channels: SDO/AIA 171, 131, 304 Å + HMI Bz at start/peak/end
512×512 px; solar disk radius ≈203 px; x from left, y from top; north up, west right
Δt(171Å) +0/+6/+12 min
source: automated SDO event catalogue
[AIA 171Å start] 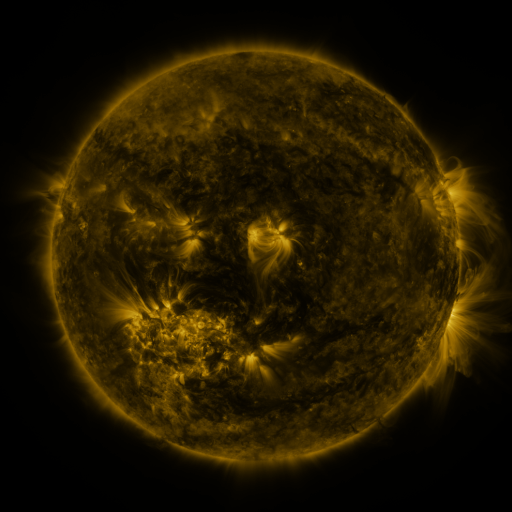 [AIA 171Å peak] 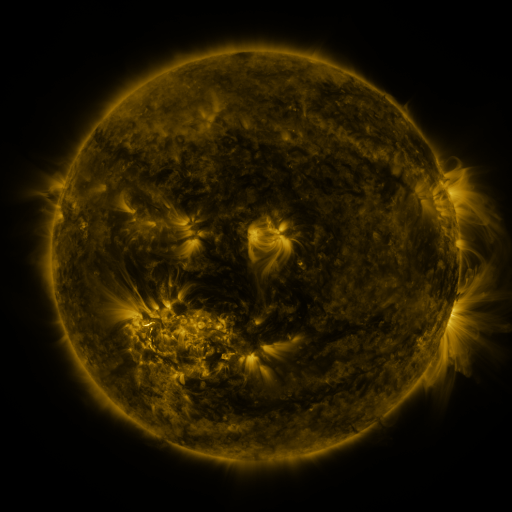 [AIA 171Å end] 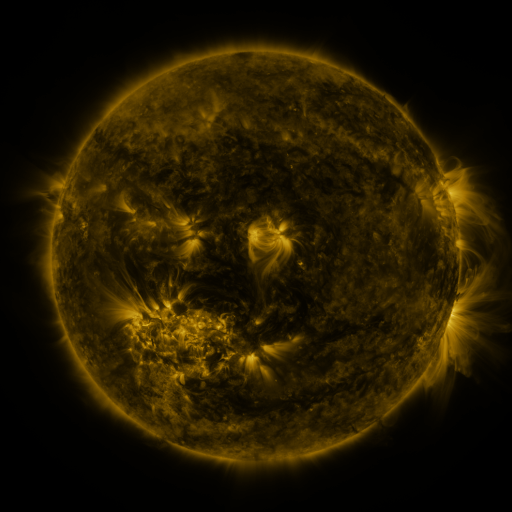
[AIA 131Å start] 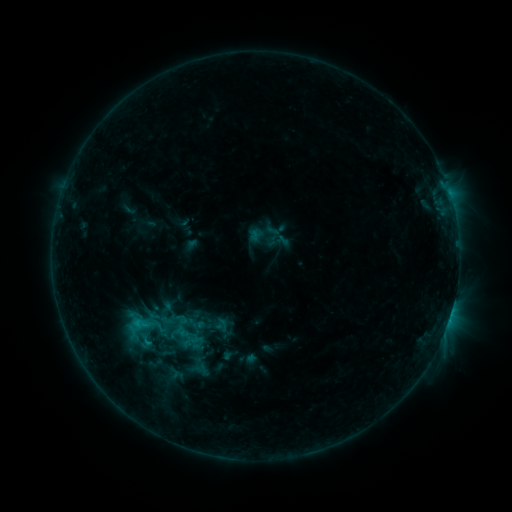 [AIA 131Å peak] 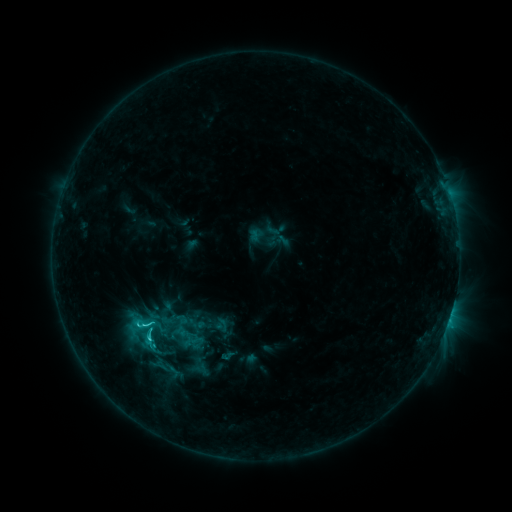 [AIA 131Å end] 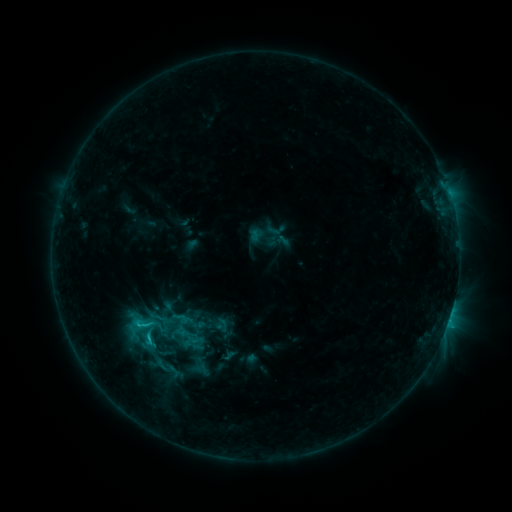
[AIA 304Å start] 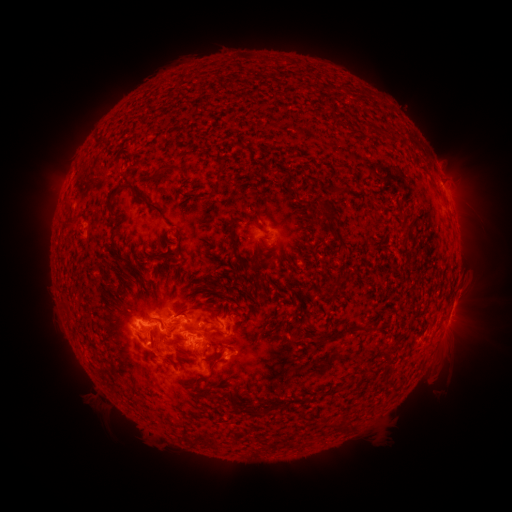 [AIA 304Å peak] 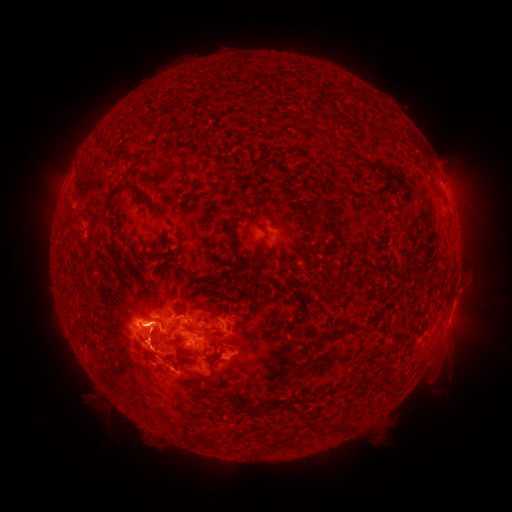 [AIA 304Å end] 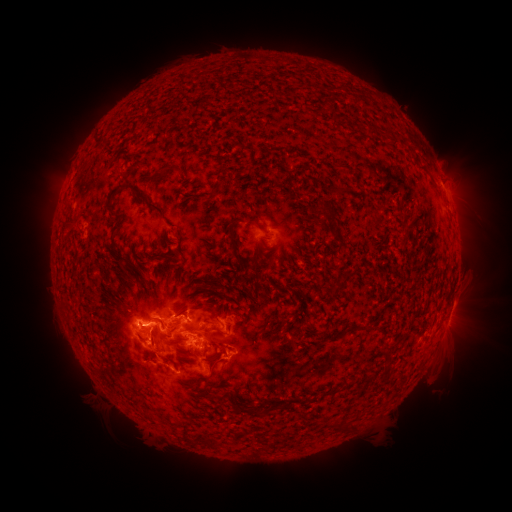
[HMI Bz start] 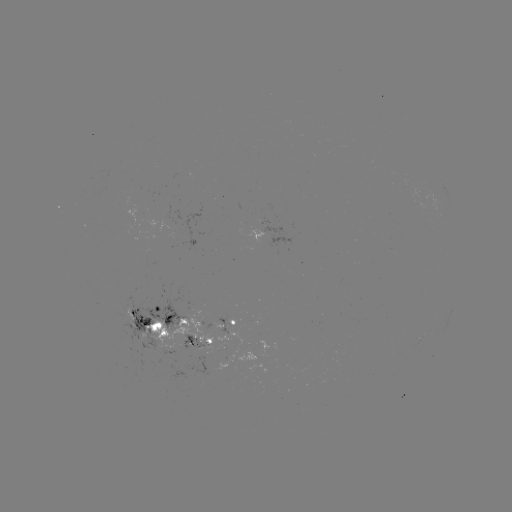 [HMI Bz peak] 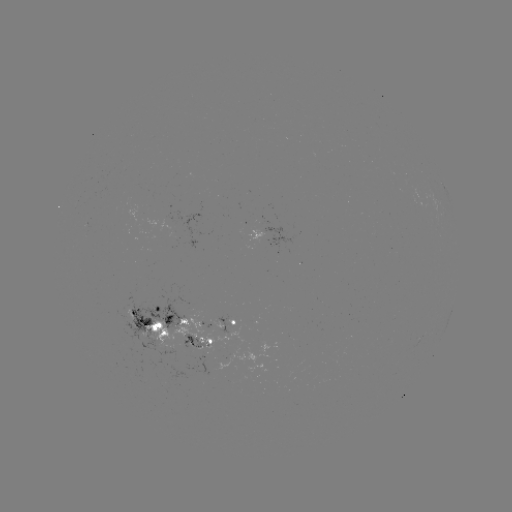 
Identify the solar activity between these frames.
eruption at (158, 353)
